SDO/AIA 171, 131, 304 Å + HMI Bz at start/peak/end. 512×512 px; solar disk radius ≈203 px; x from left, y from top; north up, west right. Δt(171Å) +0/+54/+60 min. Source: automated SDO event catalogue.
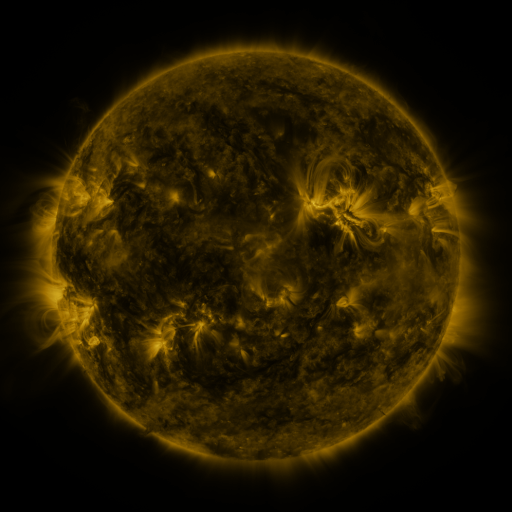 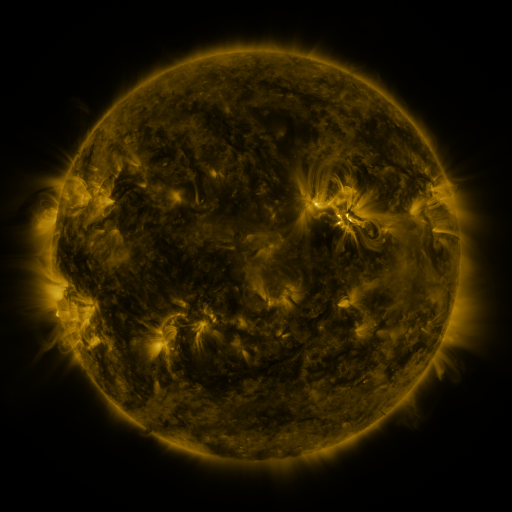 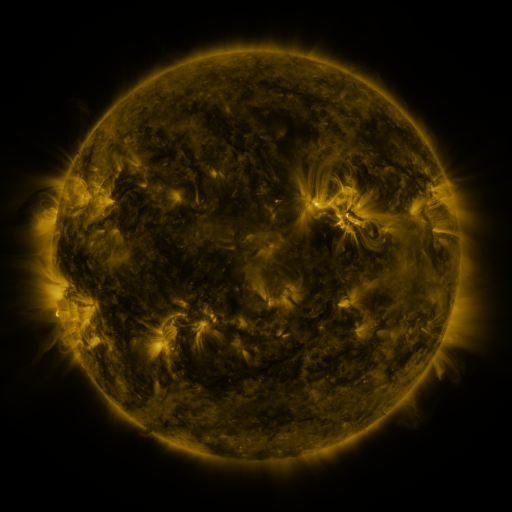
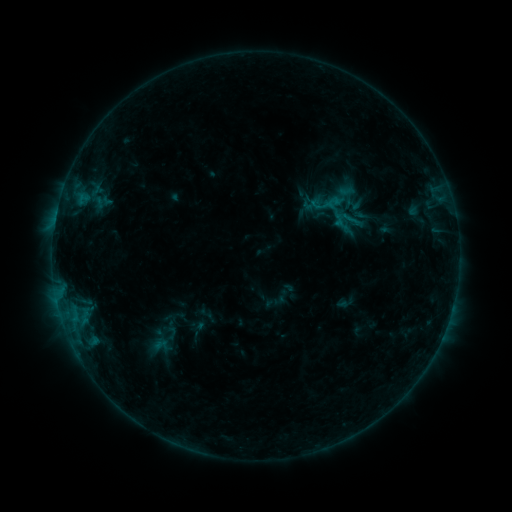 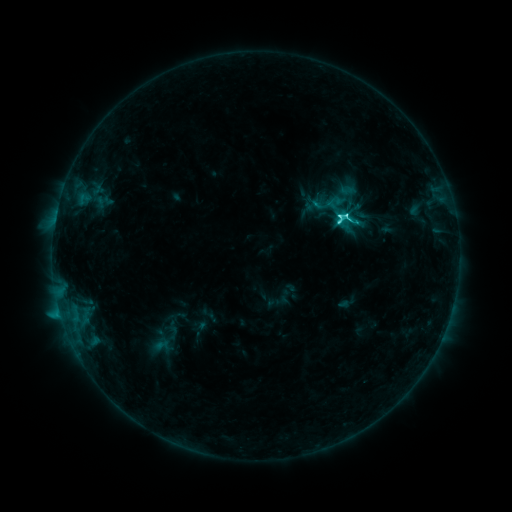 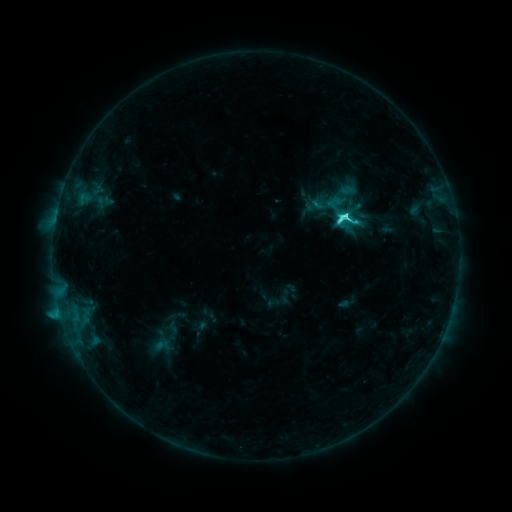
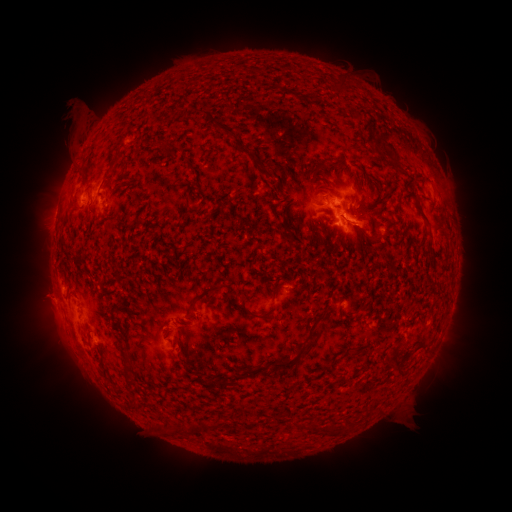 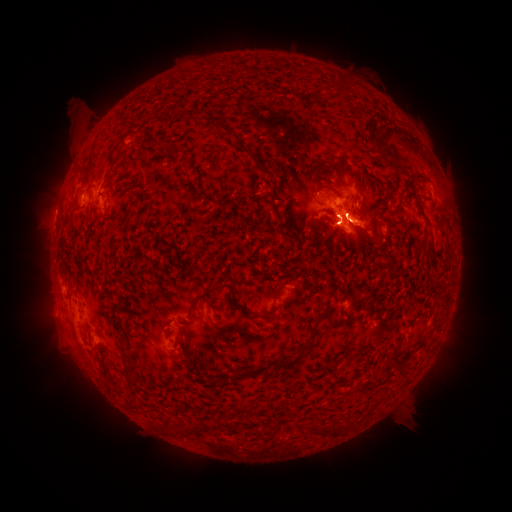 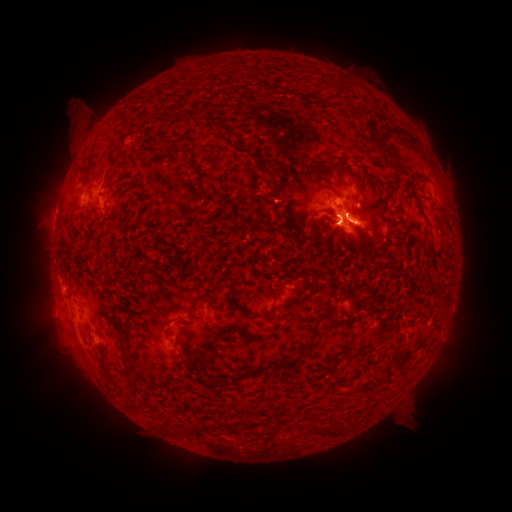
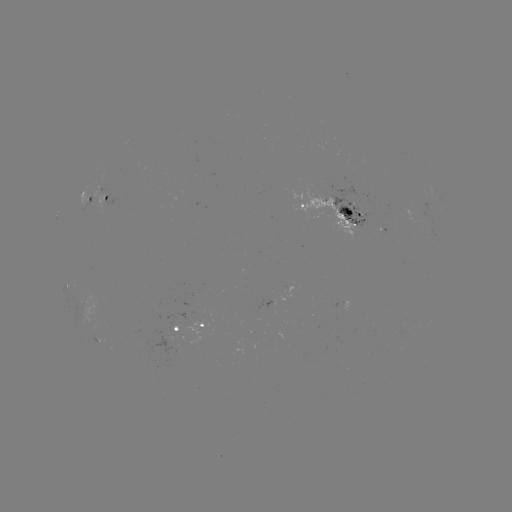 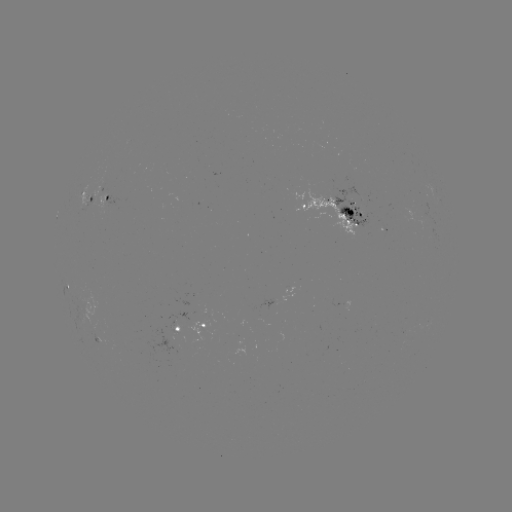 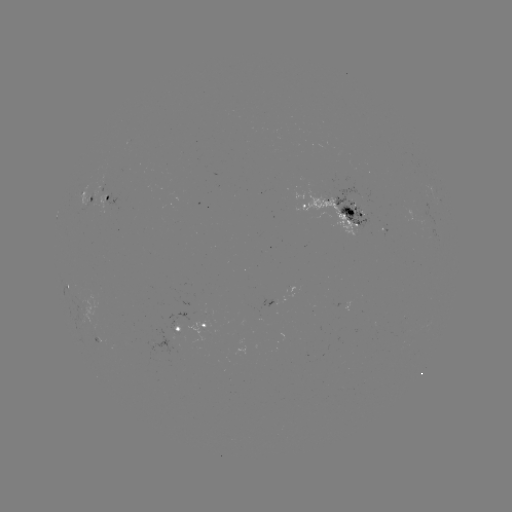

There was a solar flare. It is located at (338, 218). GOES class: C7.0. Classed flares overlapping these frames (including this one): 1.